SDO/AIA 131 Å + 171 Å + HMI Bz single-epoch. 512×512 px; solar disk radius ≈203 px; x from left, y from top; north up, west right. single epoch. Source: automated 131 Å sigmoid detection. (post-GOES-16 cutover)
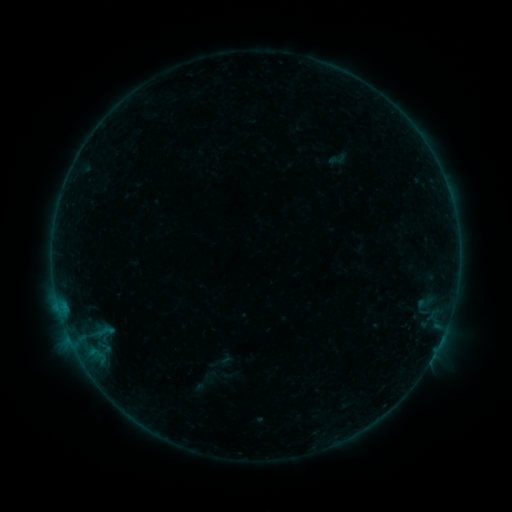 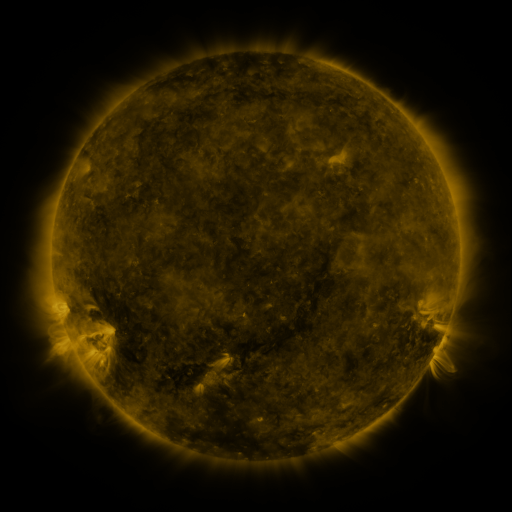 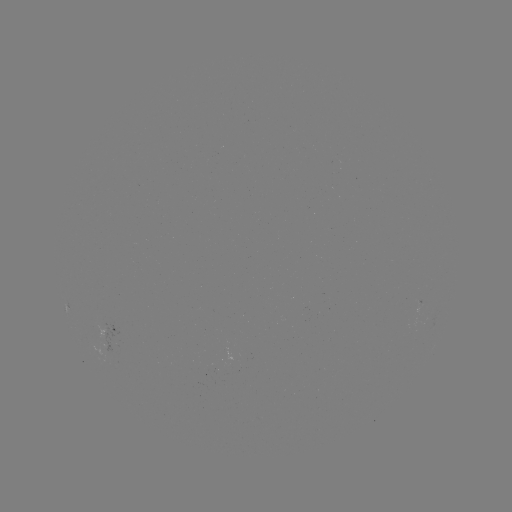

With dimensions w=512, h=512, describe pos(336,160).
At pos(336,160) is sigmoid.